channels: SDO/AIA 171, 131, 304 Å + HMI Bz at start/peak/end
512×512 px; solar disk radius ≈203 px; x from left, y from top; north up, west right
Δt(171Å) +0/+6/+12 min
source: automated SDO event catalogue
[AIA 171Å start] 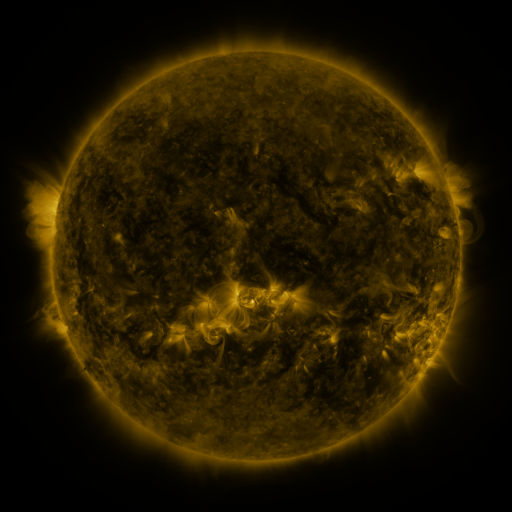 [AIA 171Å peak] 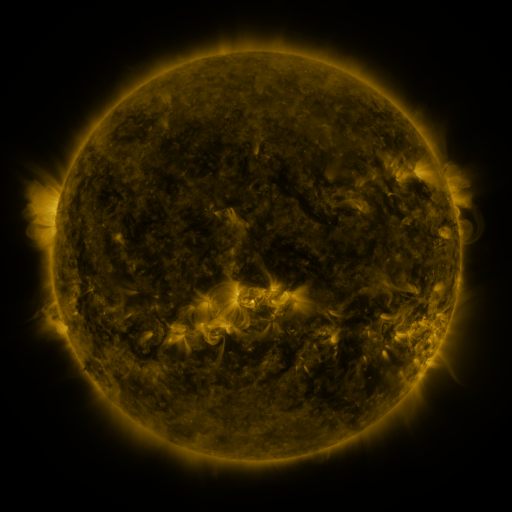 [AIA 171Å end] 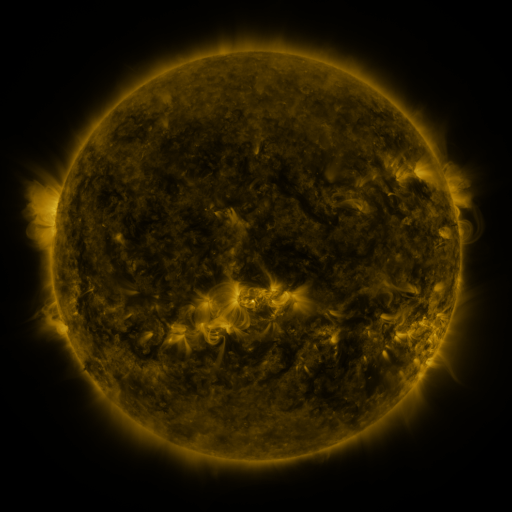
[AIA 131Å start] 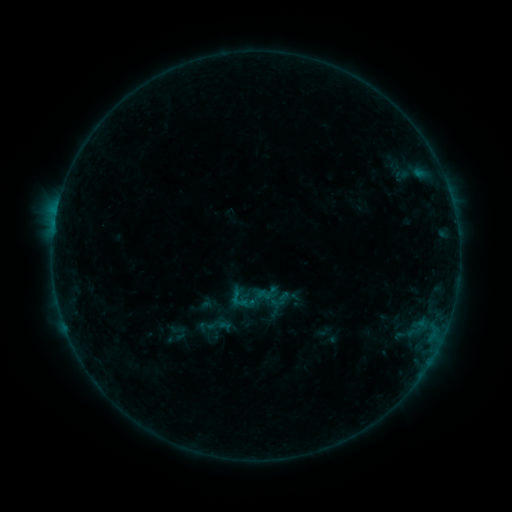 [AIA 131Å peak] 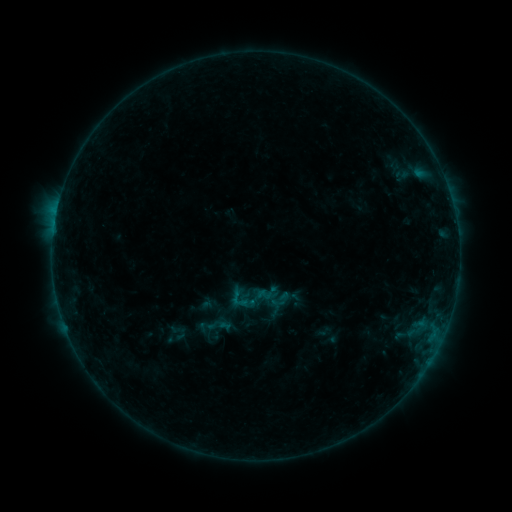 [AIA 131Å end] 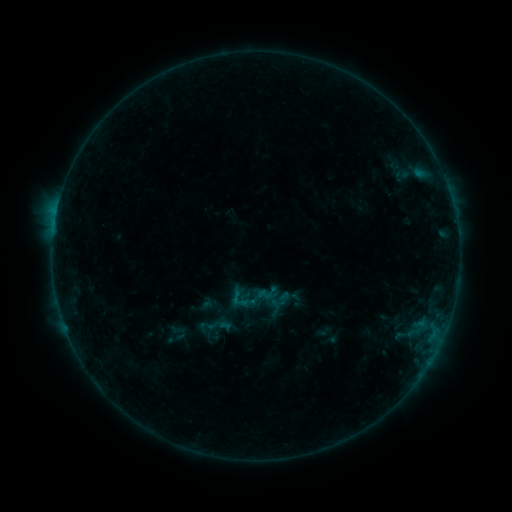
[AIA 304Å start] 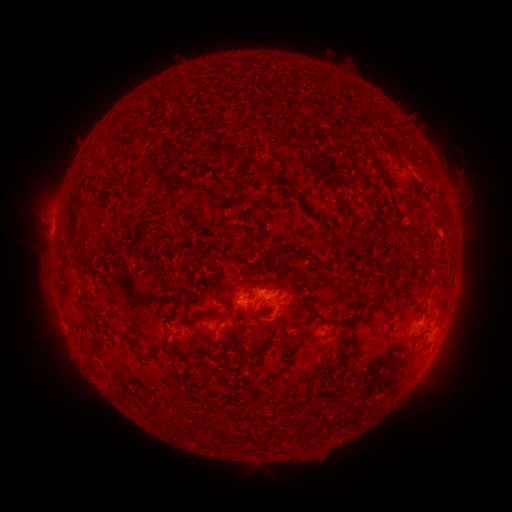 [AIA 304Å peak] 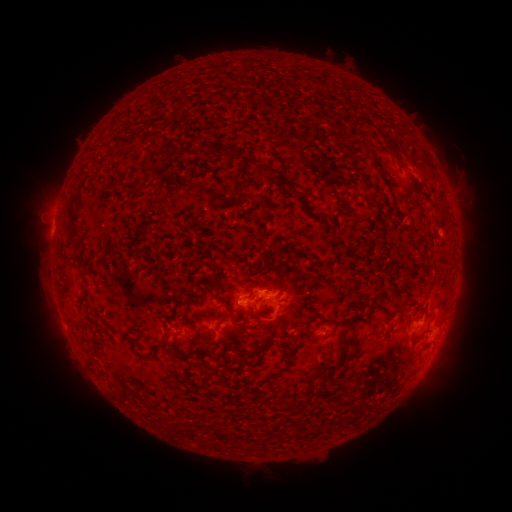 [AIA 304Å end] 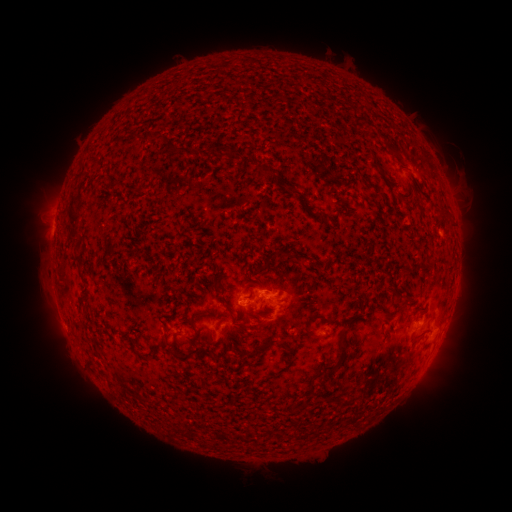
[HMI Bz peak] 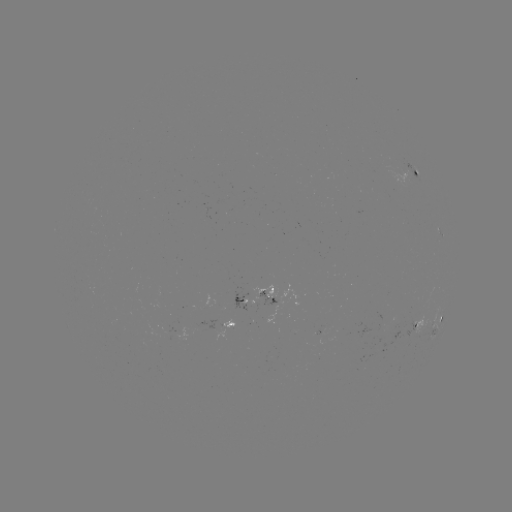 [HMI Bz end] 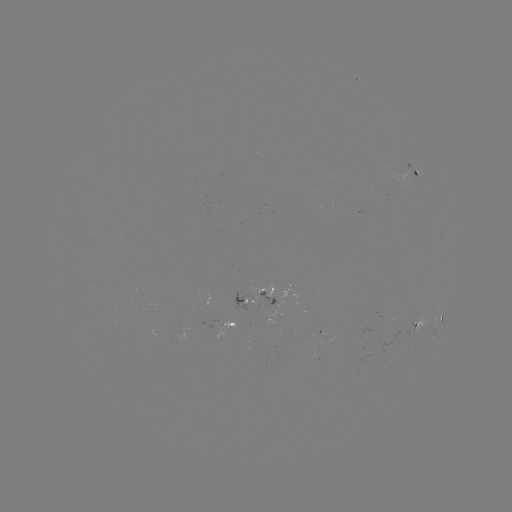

no classed flare was catalogued and no EUV brightening was flagged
